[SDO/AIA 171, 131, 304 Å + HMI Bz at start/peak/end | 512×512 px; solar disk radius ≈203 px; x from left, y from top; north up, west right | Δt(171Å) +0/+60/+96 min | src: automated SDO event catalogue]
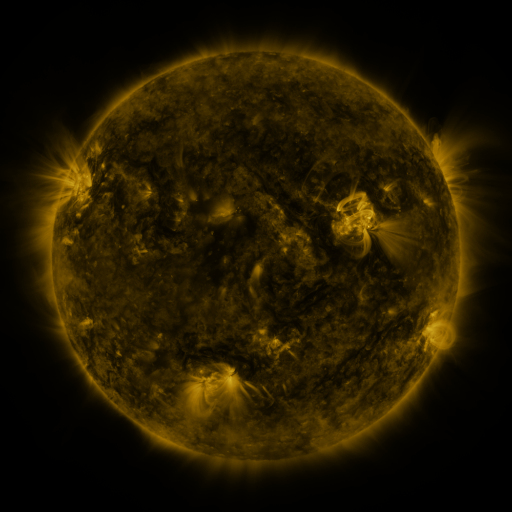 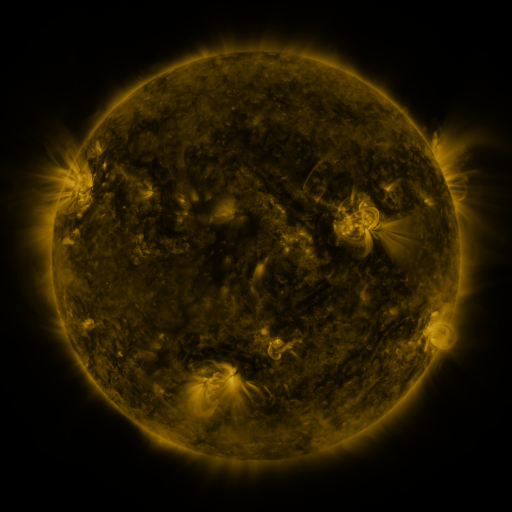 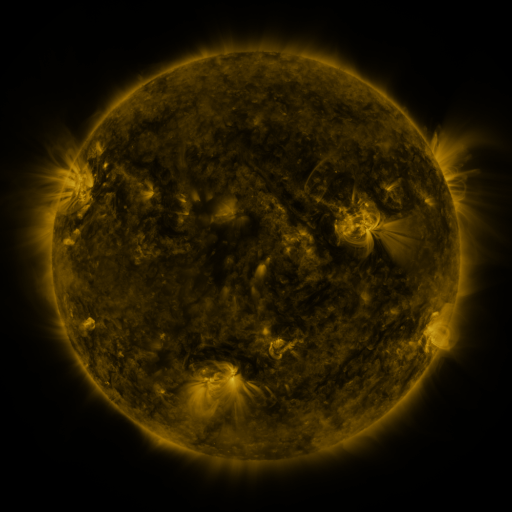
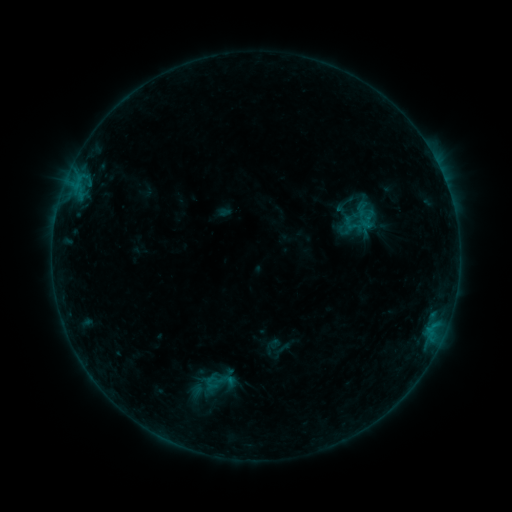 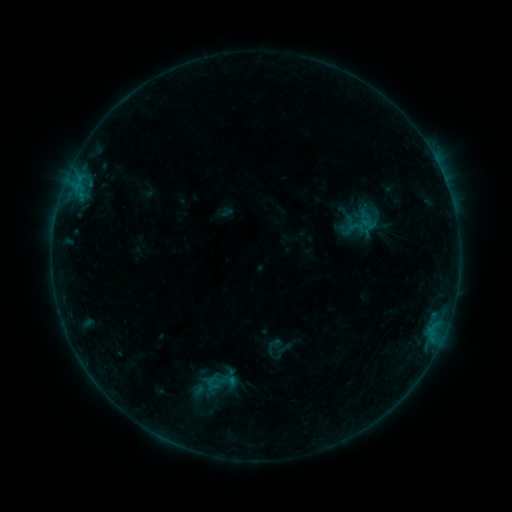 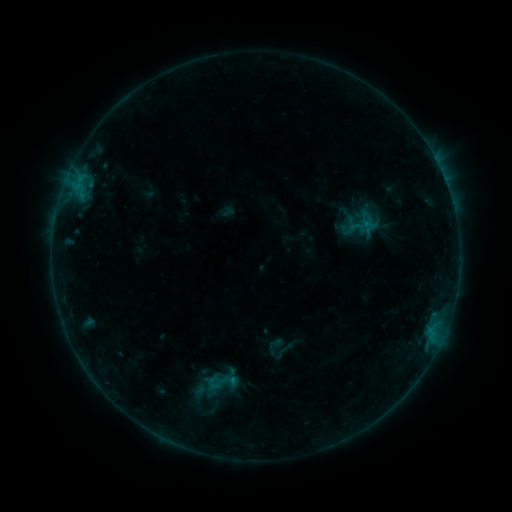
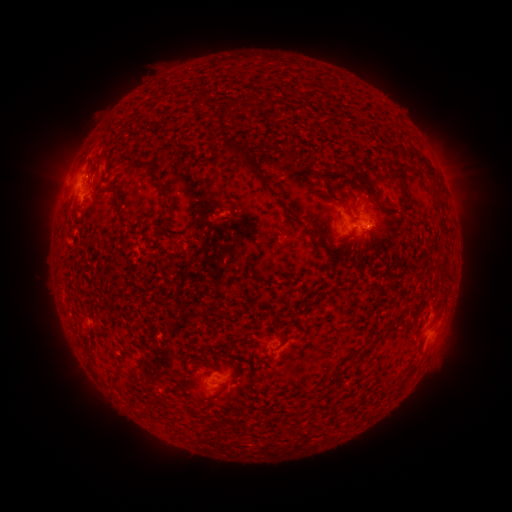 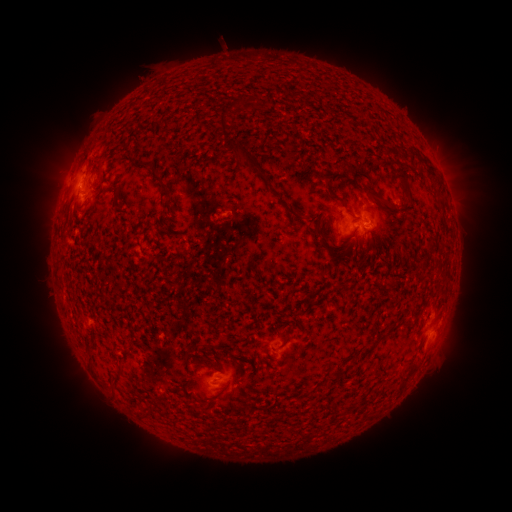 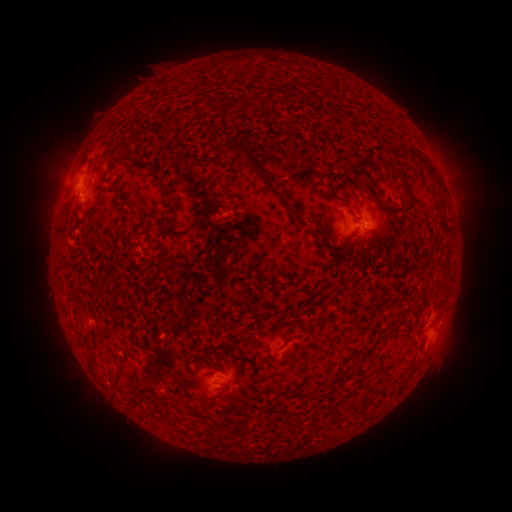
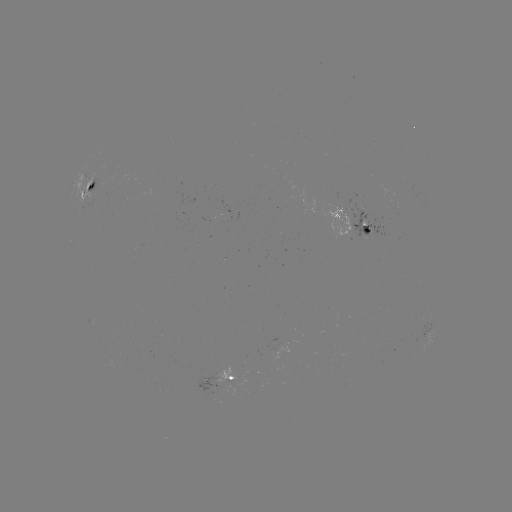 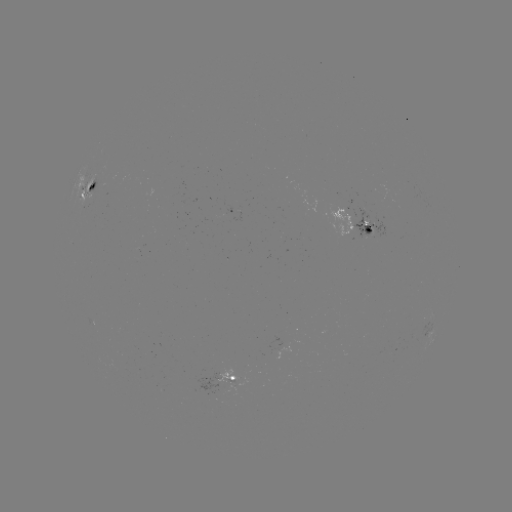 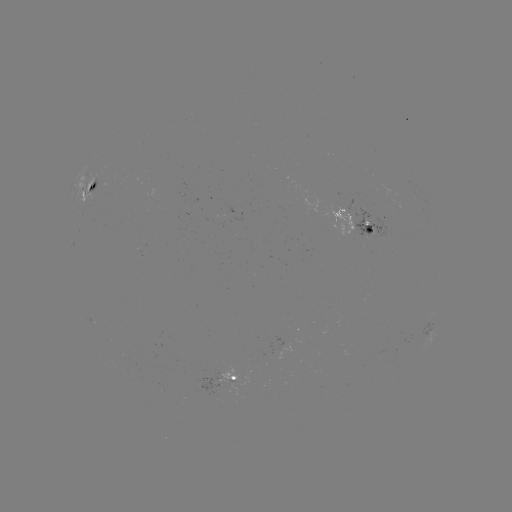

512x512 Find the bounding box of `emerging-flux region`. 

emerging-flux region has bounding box [214, 214, 221, 228].